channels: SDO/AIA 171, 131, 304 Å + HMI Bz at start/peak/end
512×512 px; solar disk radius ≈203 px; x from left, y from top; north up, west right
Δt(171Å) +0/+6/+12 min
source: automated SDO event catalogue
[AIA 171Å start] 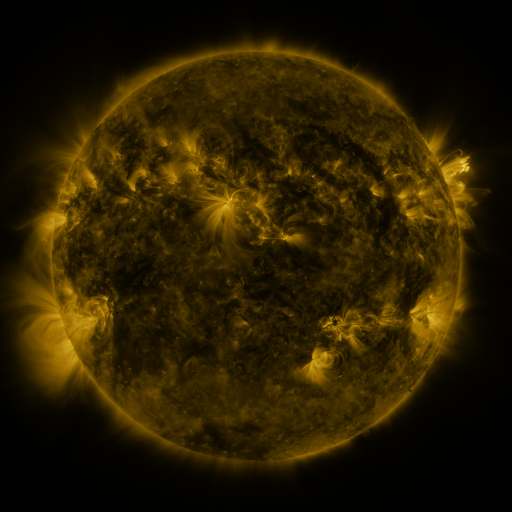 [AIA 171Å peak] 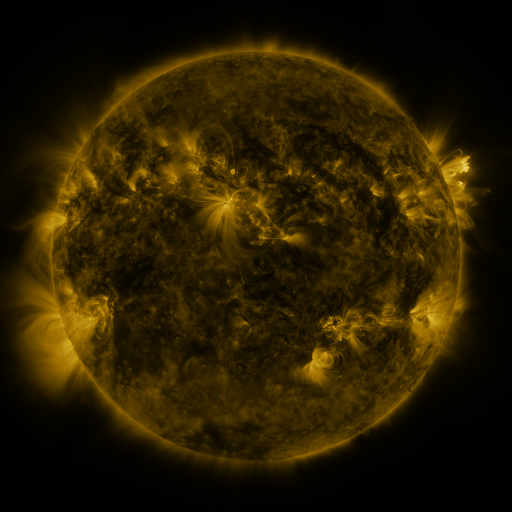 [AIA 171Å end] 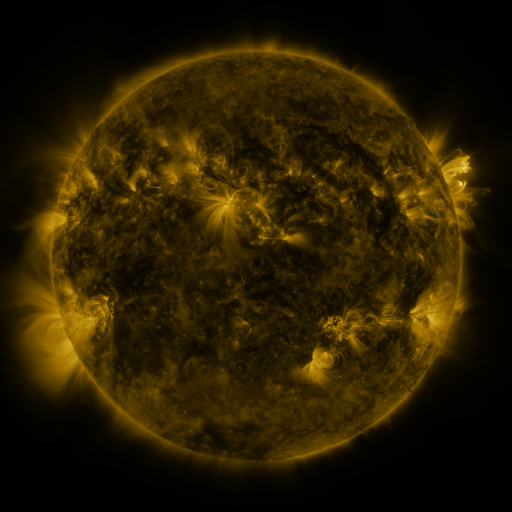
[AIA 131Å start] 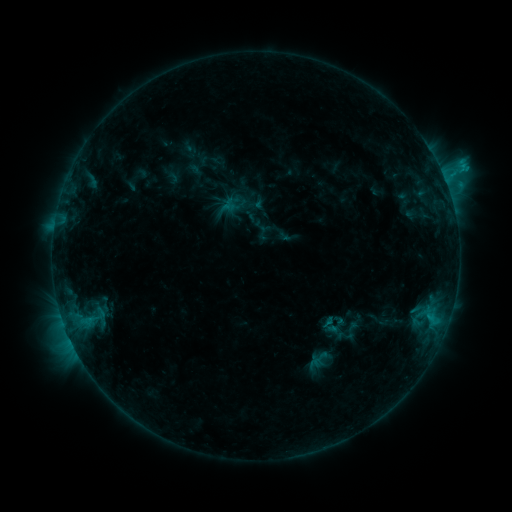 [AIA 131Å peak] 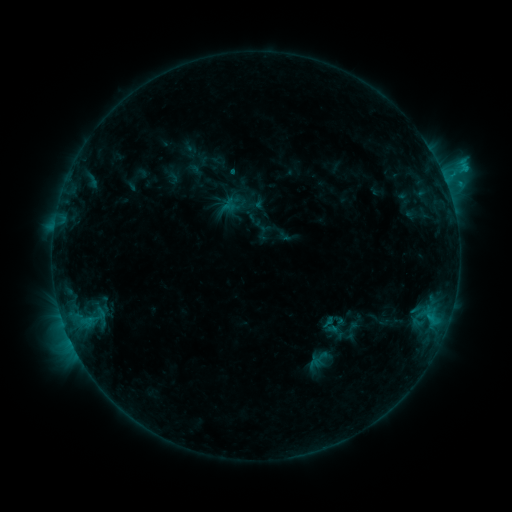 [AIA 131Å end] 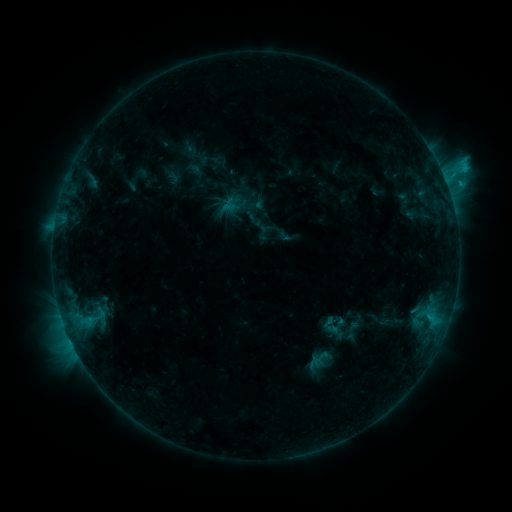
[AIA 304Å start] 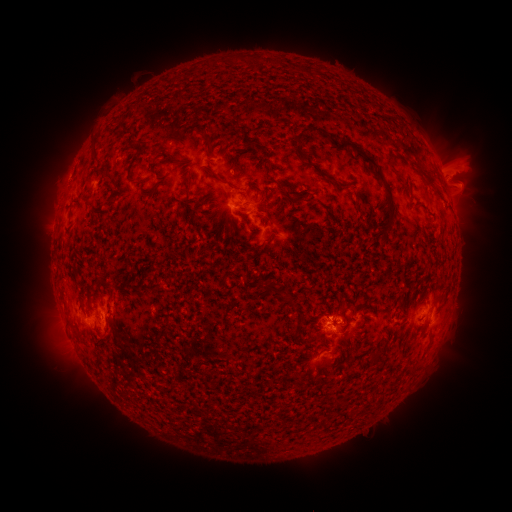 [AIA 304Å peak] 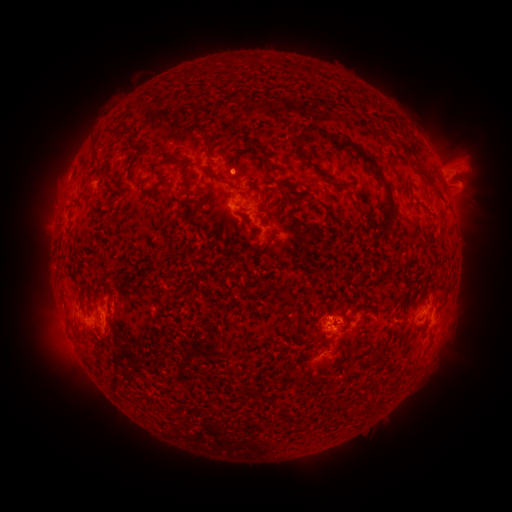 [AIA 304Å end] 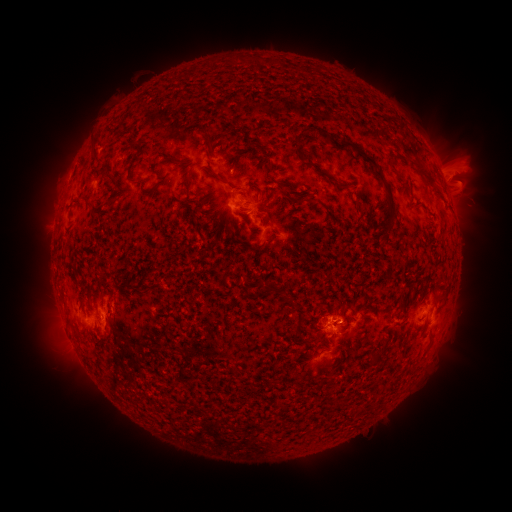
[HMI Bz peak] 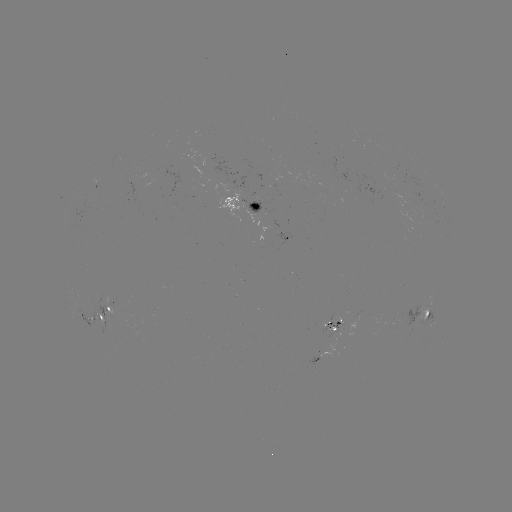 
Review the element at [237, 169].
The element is eruption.